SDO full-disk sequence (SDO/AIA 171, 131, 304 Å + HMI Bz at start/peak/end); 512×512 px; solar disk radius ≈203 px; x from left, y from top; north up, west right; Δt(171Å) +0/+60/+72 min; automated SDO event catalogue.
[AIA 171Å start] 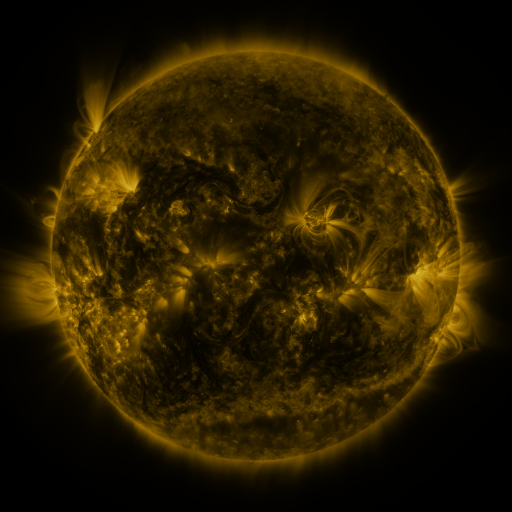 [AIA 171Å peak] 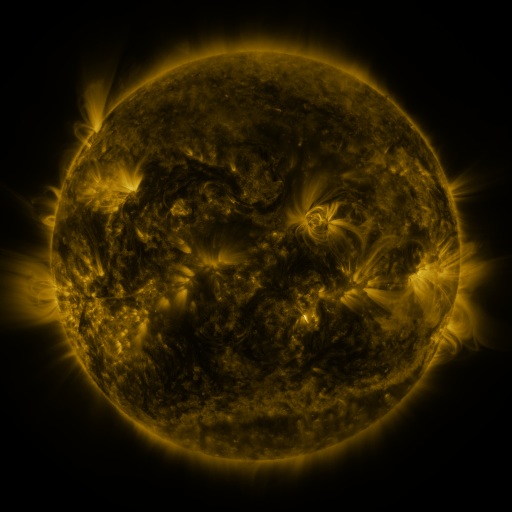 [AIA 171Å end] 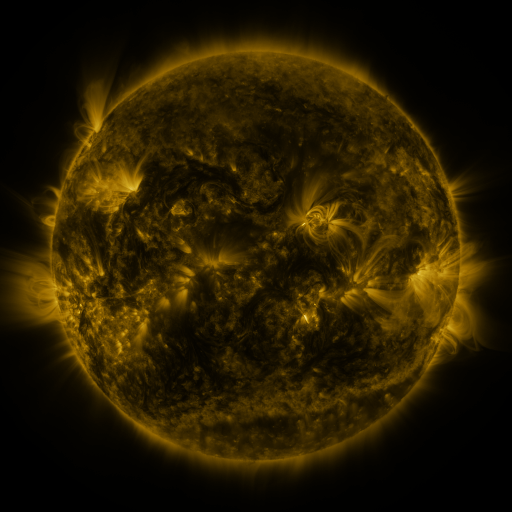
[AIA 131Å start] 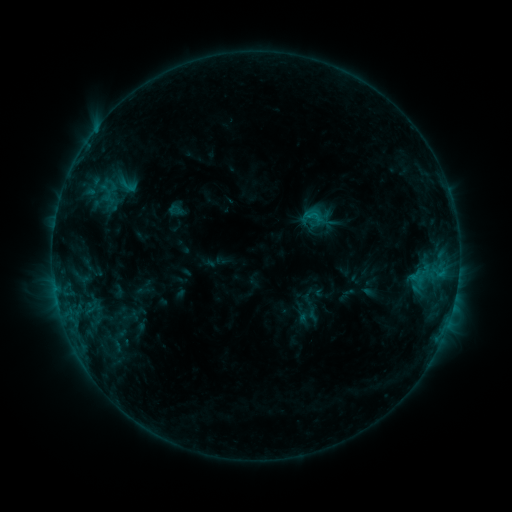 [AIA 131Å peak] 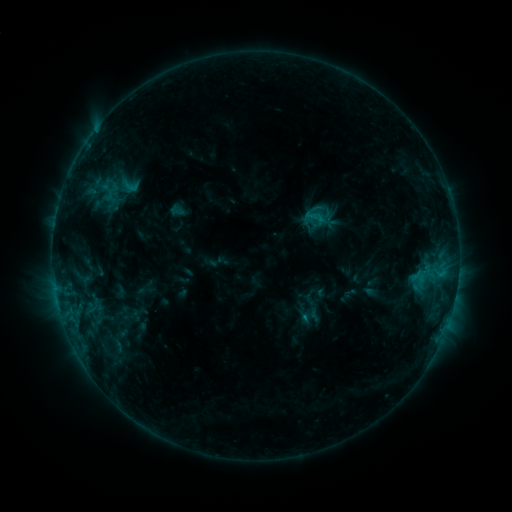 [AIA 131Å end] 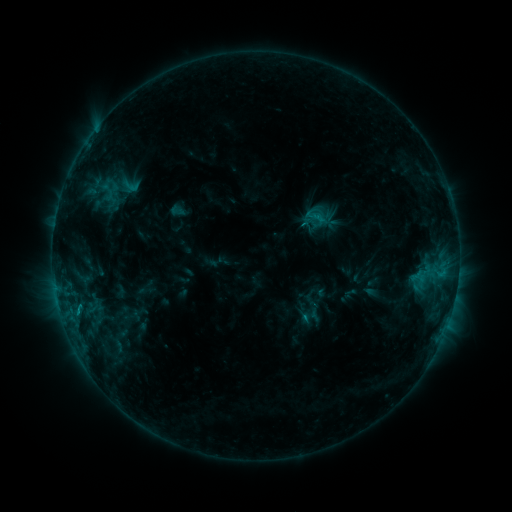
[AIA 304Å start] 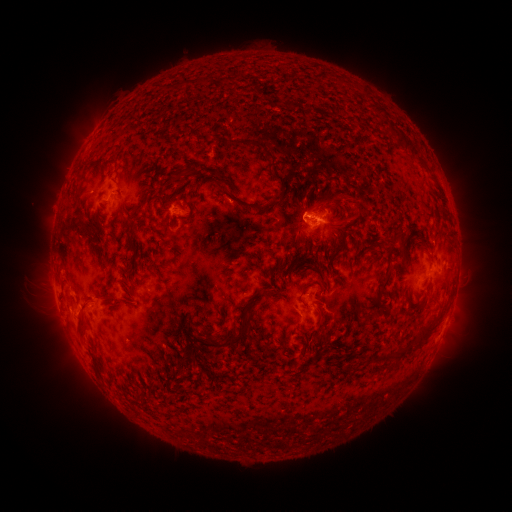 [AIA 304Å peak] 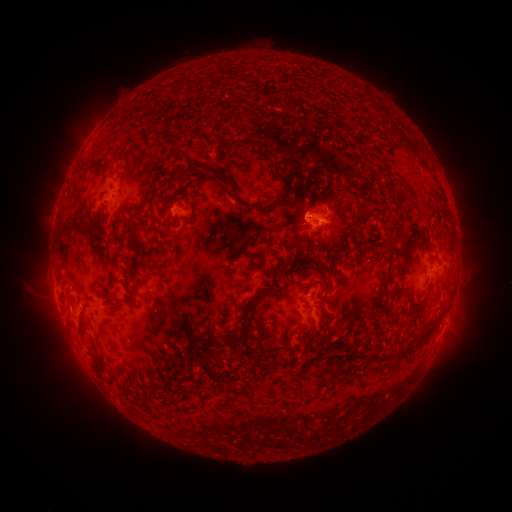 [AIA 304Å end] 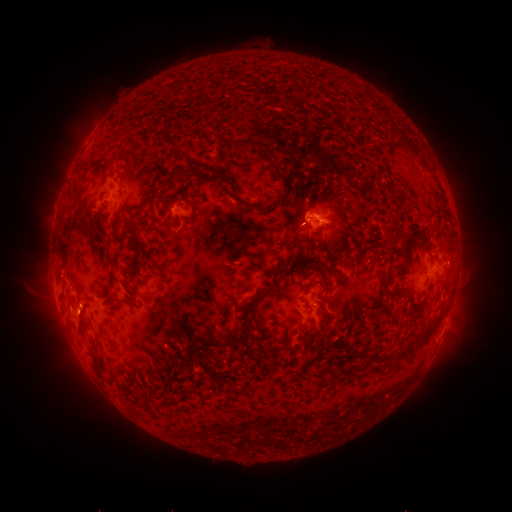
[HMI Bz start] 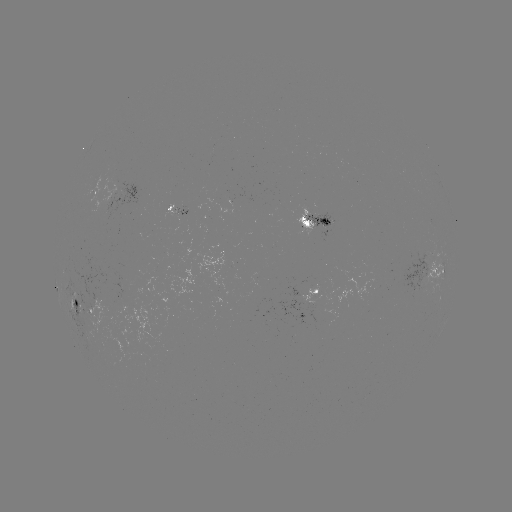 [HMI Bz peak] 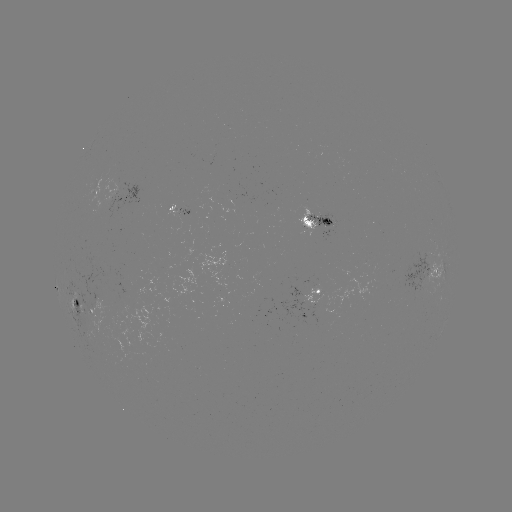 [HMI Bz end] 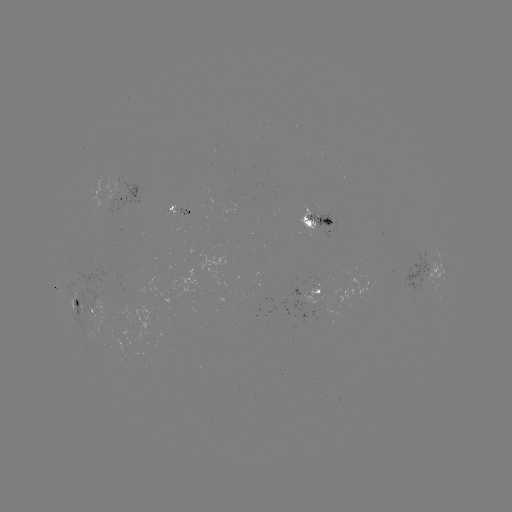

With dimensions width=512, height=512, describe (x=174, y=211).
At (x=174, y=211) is emerging-flux region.